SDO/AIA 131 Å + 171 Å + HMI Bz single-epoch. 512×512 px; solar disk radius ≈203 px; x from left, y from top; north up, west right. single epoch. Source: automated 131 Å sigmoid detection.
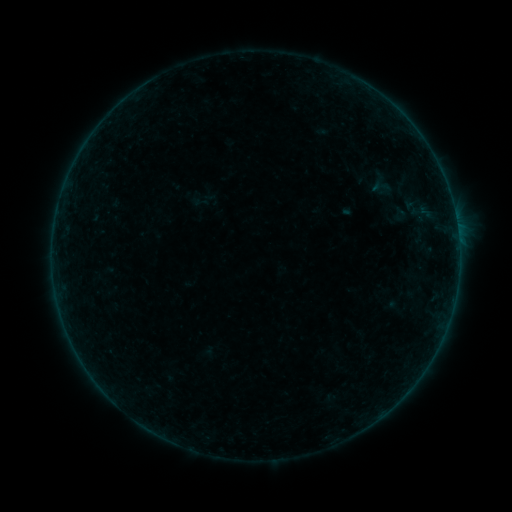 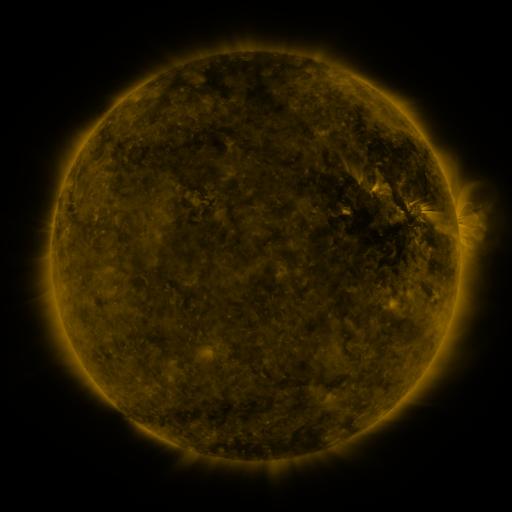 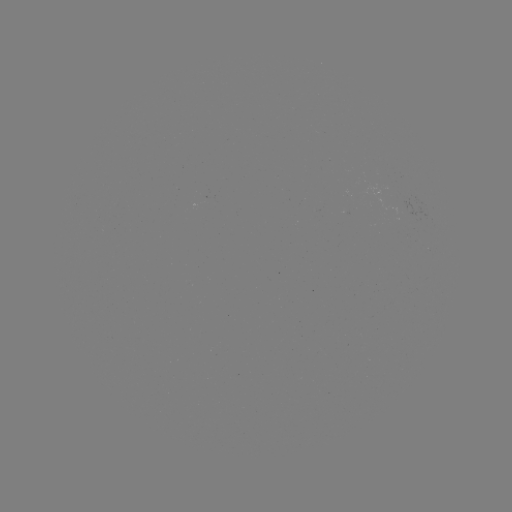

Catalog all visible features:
sigmoid: (401, 214)
